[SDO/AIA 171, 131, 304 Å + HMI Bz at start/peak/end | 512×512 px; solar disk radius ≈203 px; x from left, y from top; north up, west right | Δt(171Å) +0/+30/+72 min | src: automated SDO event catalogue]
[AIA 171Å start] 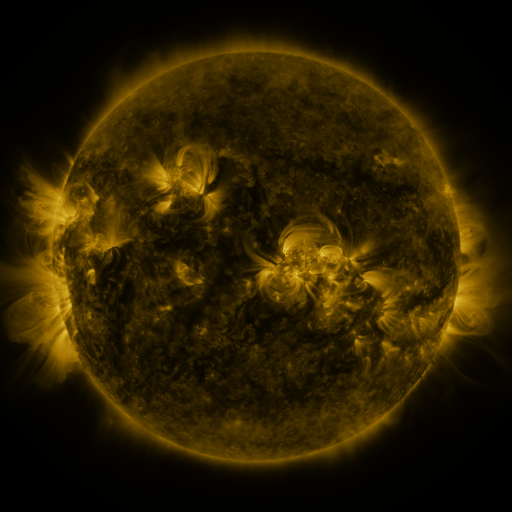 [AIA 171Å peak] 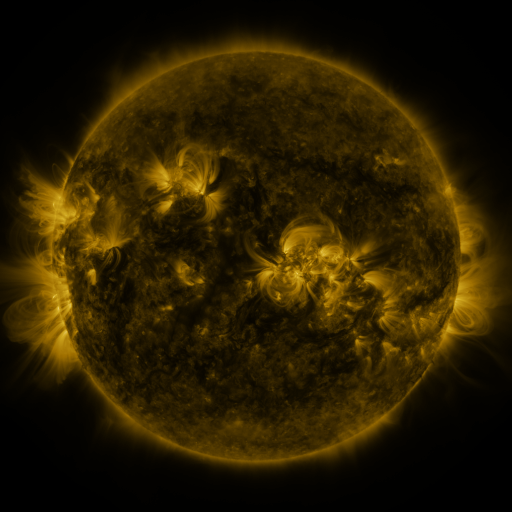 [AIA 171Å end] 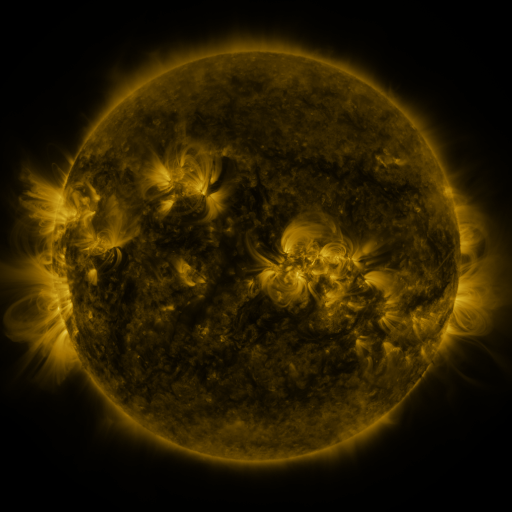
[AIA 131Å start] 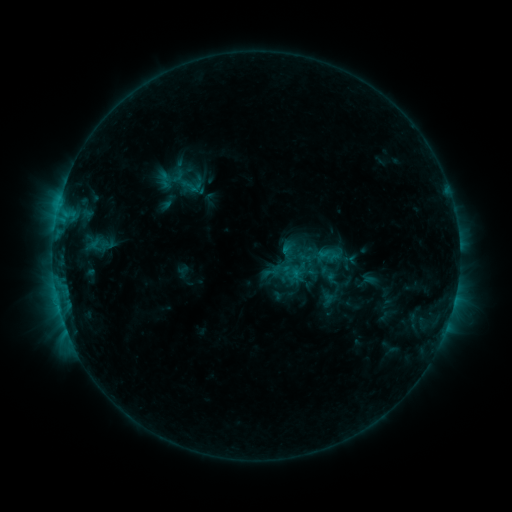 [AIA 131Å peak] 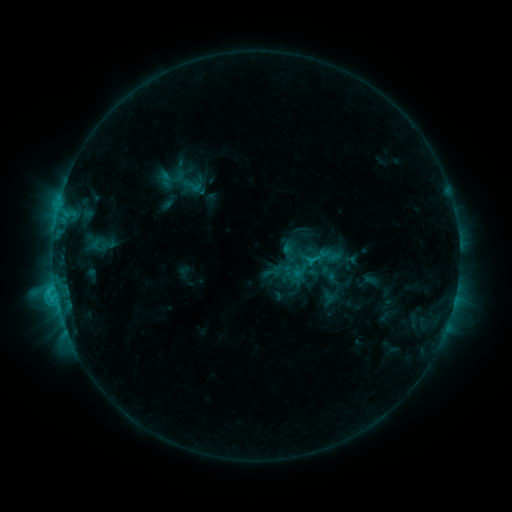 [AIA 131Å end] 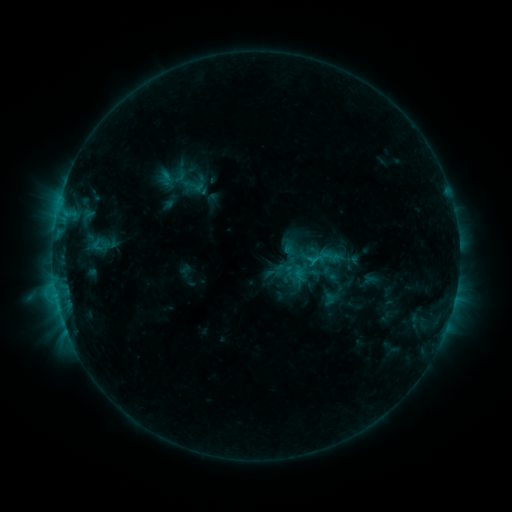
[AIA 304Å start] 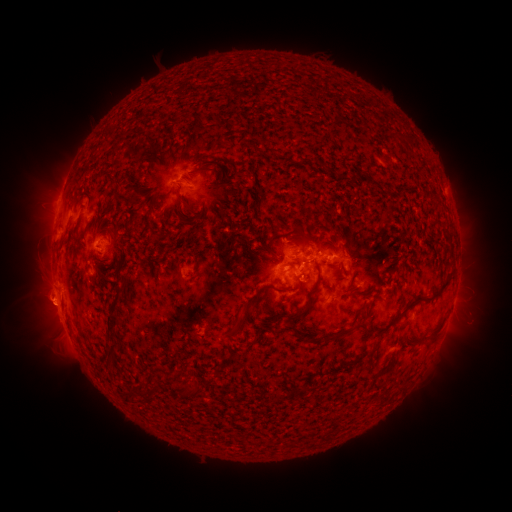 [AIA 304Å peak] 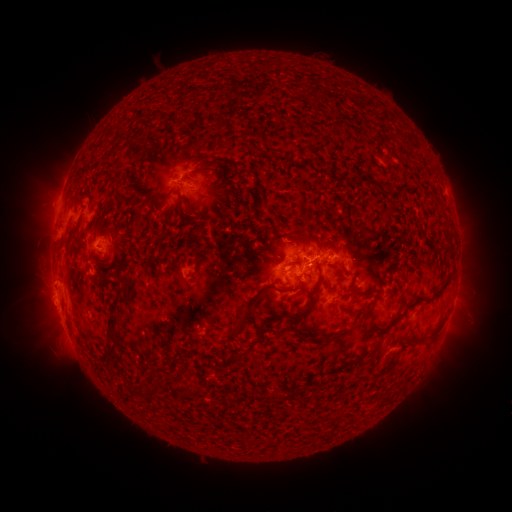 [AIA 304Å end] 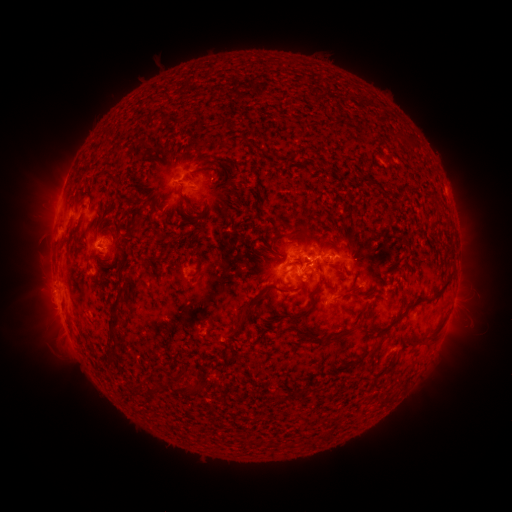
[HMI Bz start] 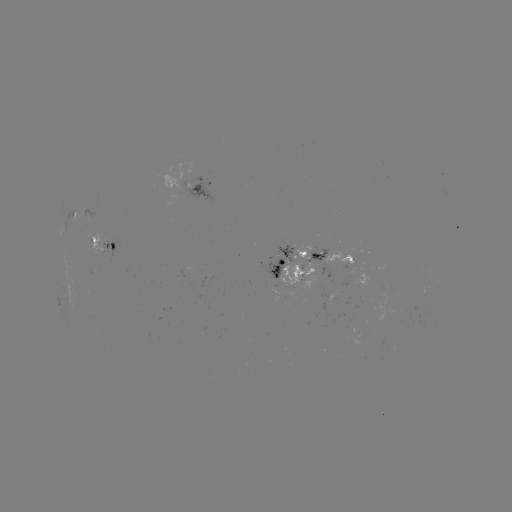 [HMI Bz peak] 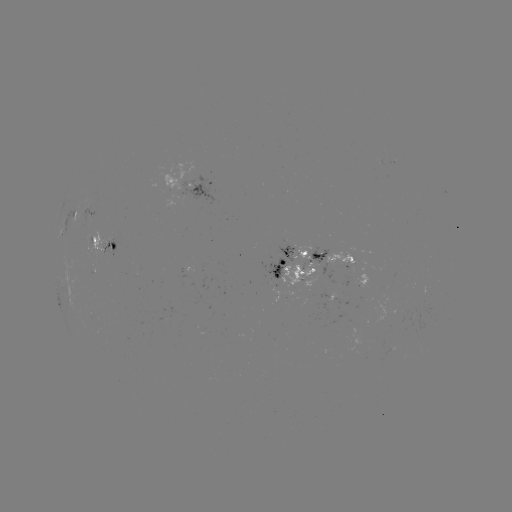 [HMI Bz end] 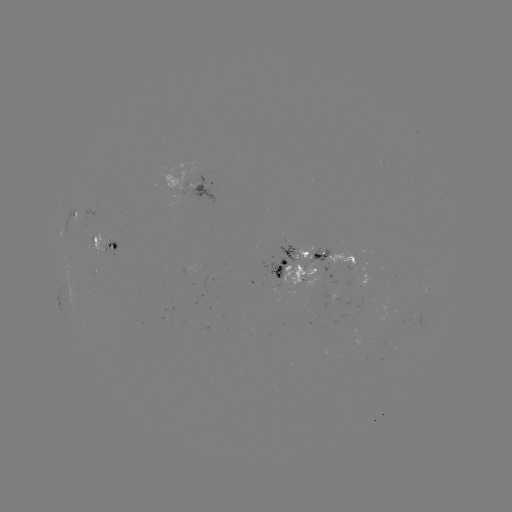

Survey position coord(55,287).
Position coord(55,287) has C2.5 flare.